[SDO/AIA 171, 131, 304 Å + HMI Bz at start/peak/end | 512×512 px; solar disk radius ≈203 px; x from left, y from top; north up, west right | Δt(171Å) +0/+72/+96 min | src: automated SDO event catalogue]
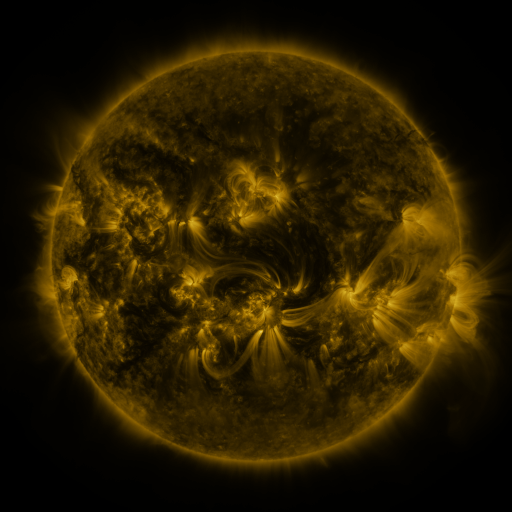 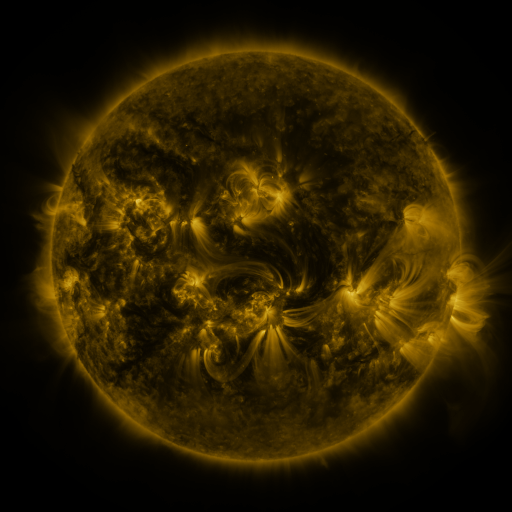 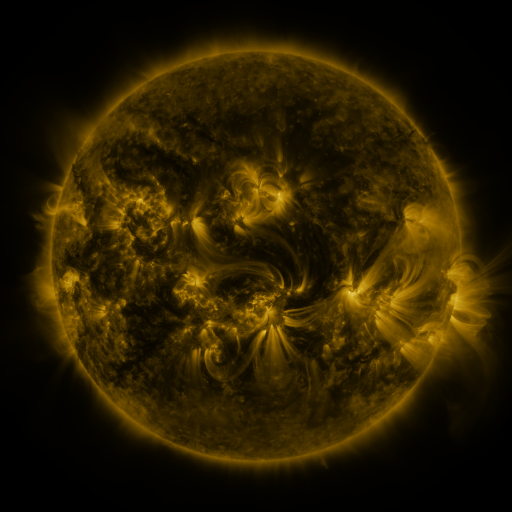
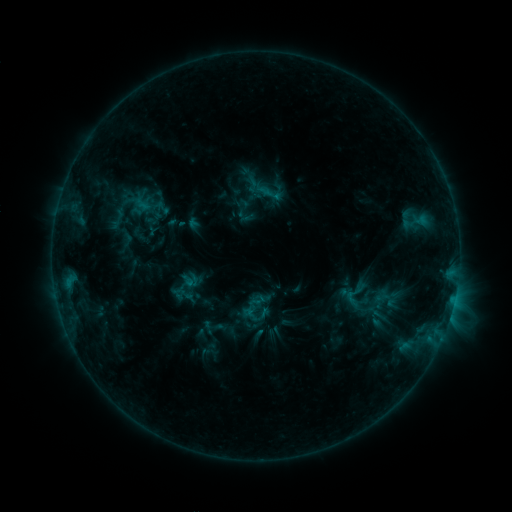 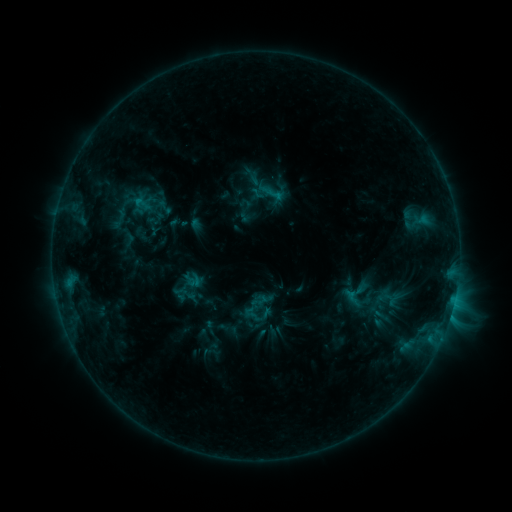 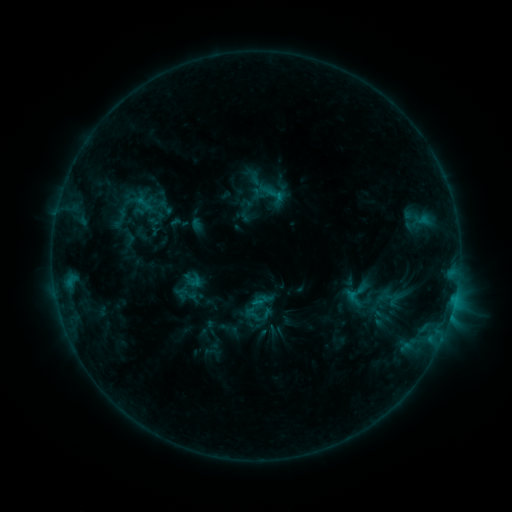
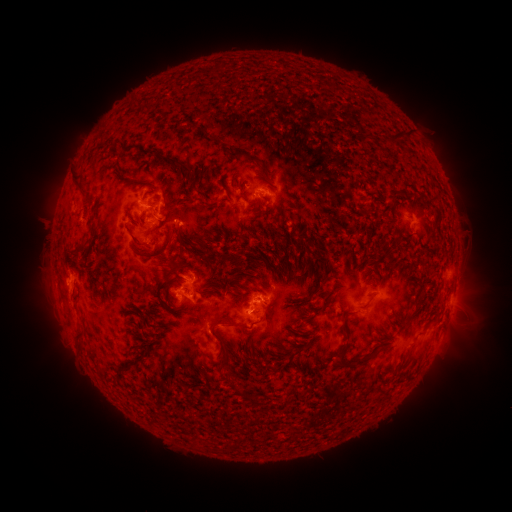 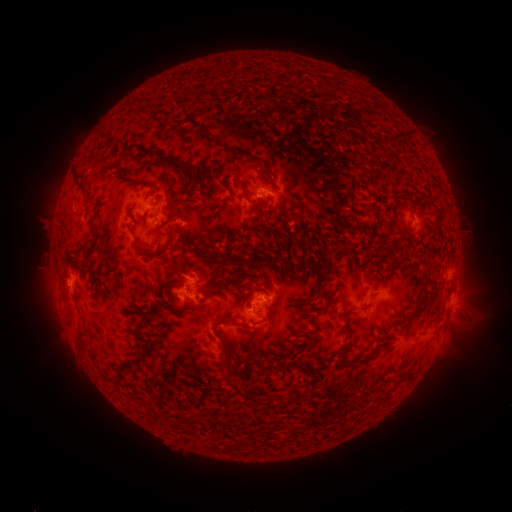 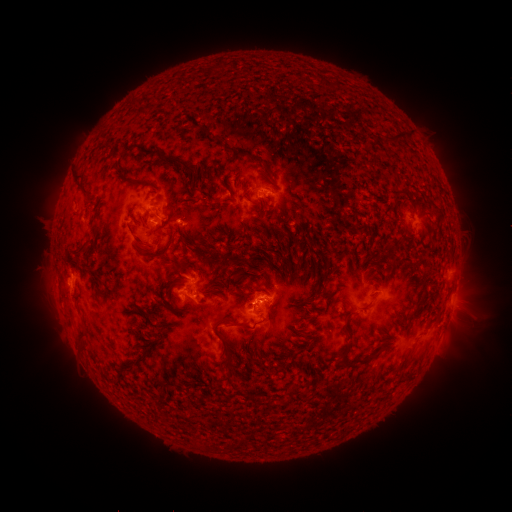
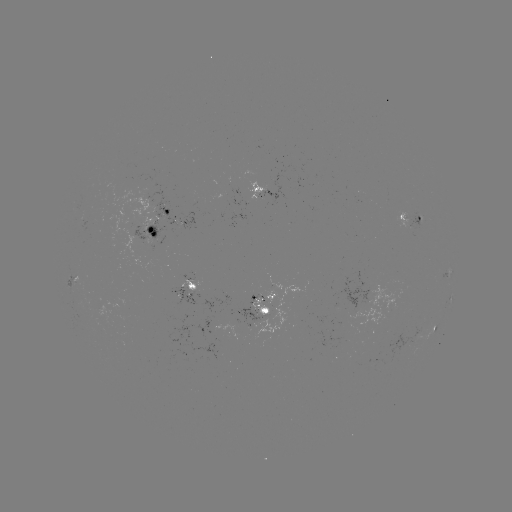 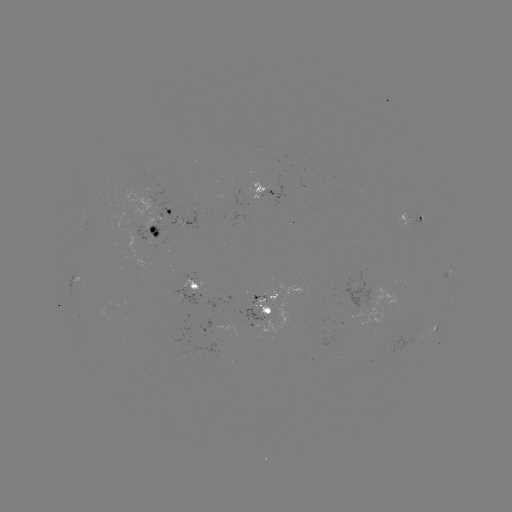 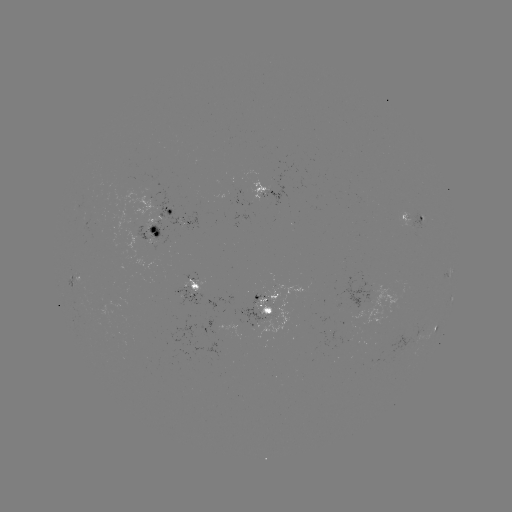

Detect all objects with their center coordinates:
emerging-flux region: (265, 305)
